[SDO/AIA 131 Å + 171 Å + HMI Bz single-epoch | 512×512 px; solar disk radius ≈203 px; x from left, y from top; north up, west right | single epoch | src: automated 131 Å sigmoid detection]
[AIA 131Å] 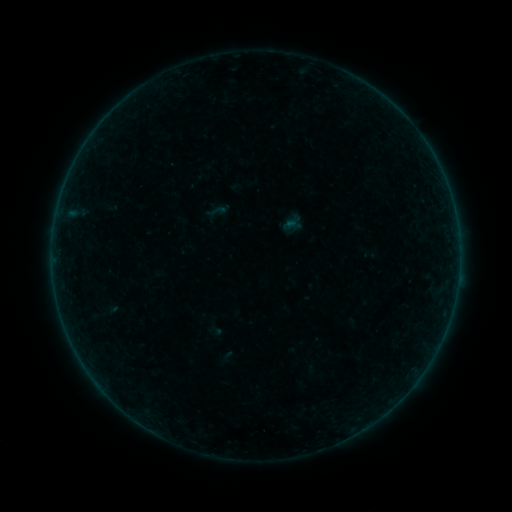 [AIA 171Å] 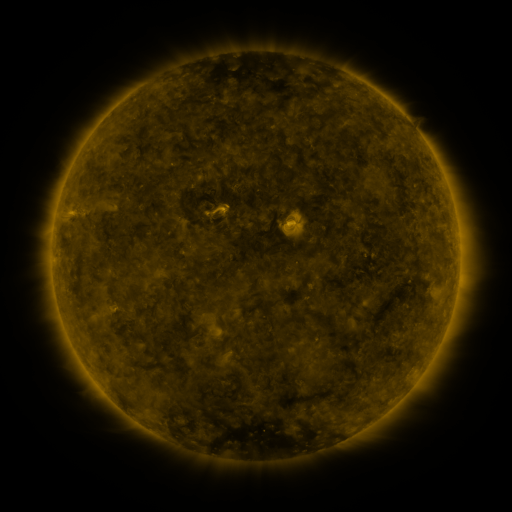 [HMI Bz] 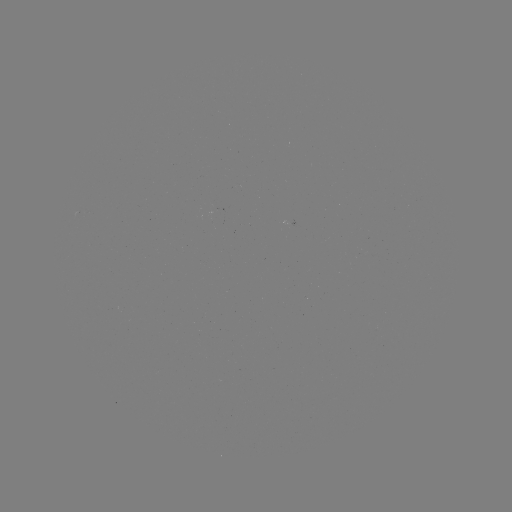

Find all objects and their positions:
sigmoid: (217, 211)
